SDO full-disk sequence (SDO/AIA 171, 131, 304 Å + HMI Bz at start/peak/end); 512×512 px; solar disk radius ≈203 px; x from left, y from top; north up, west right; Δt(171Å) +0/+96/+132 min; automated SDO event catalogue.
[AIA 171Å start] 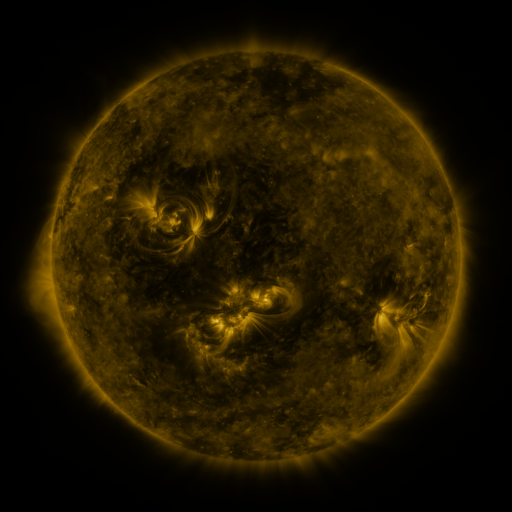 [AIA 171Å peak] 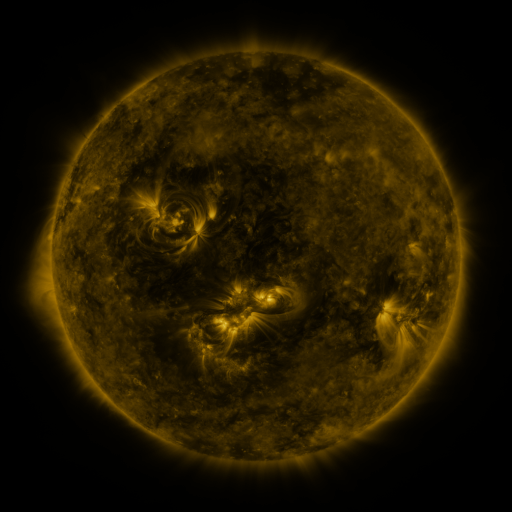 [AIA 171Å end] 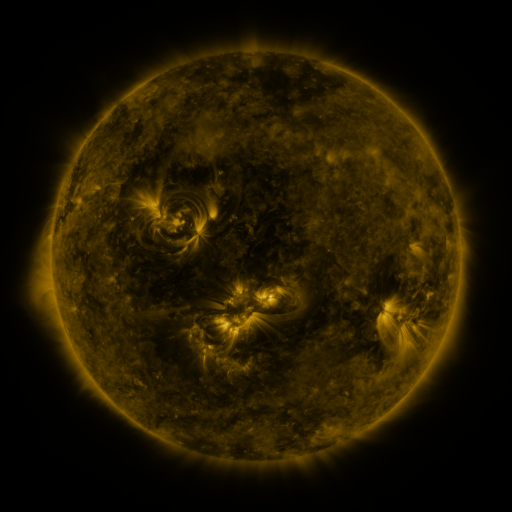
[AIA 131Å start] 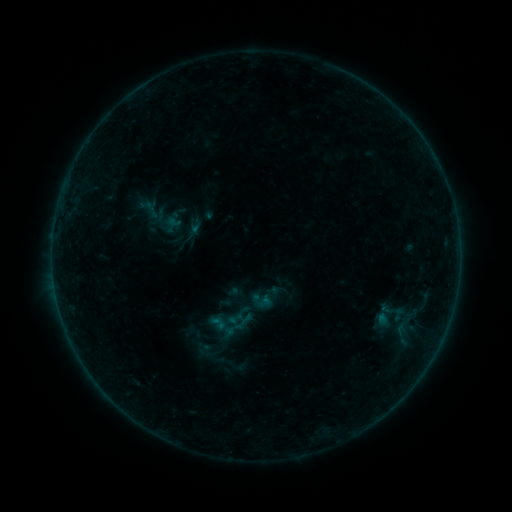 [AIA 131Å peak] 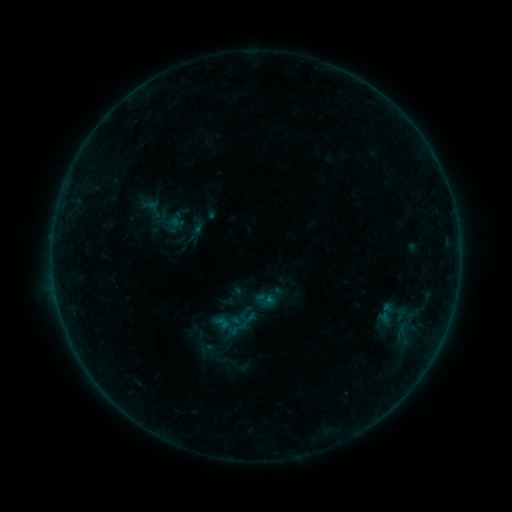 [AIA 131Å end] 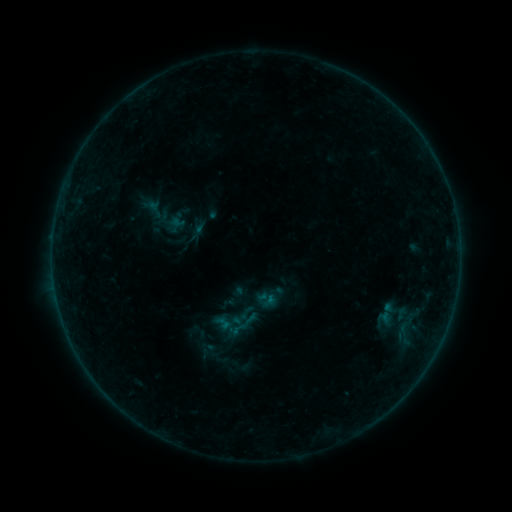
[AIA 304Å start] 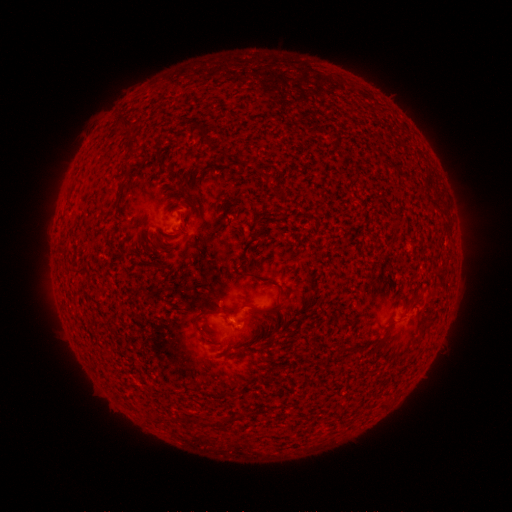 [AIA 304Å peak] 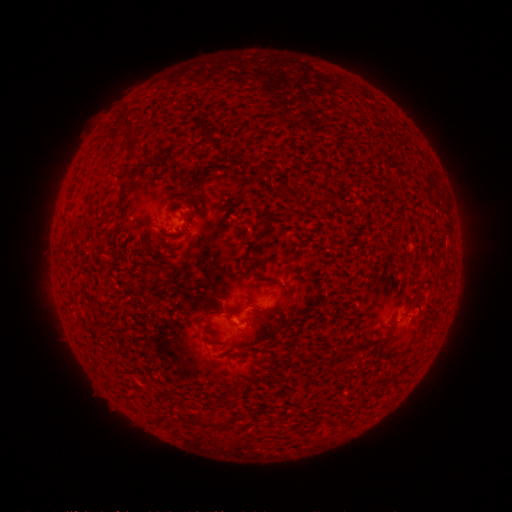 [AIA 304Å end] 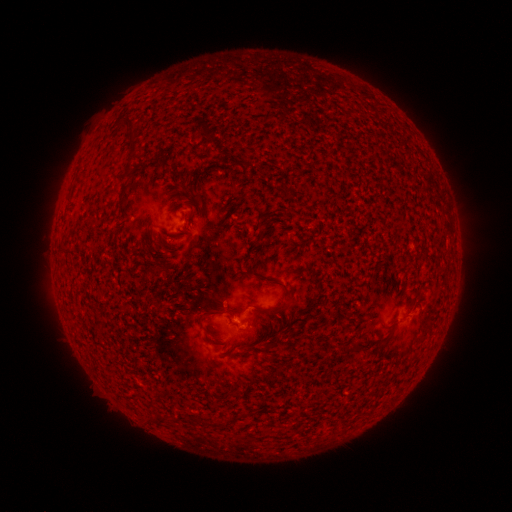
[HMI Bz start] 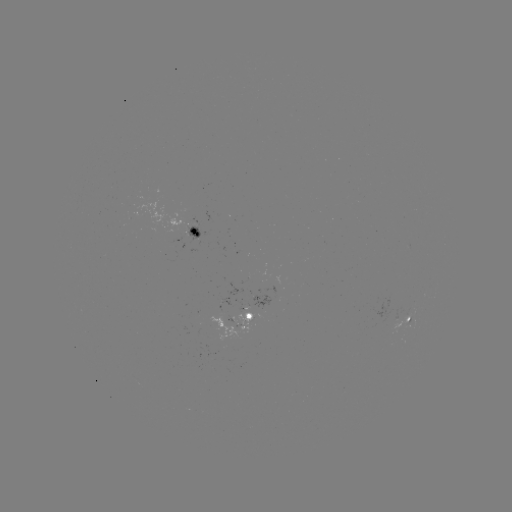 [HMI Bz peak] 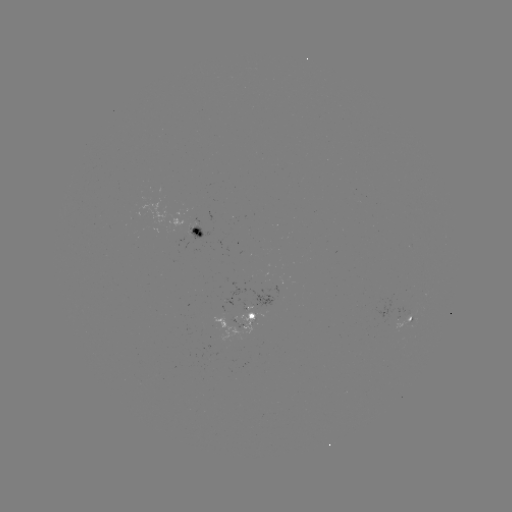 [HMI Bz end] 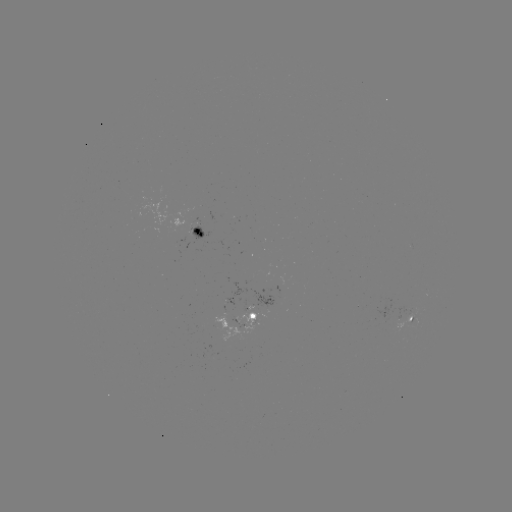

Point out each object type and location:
emerging-flux region: (265, 306)
